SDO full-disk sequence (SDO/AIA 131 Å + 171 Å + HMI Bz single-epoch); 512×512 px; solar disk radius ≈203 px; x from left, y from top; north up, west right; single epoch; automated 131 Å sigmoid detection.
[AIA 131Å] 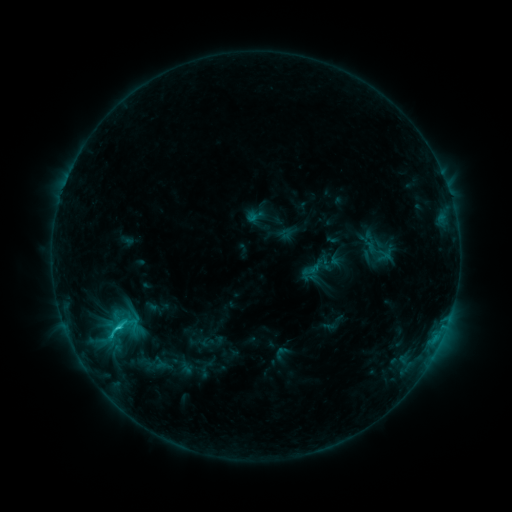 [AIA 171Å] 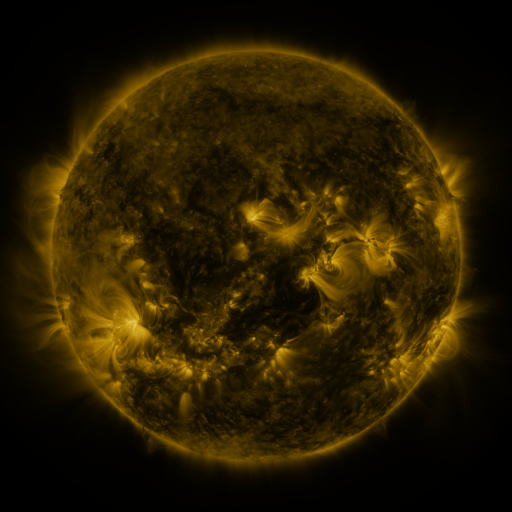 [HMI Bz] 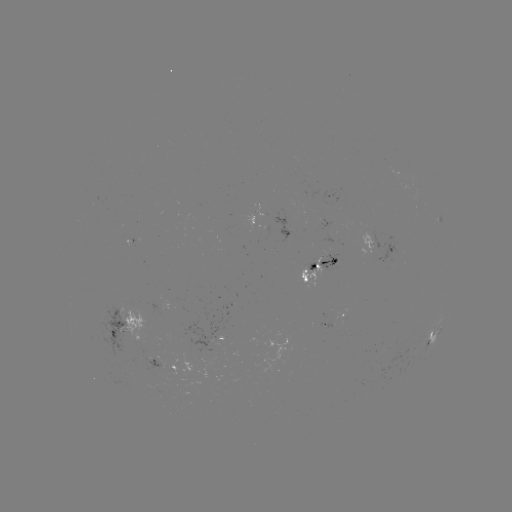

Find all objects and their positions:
sigmoid: <bbox>98, 314, 133, 345</bbox>
